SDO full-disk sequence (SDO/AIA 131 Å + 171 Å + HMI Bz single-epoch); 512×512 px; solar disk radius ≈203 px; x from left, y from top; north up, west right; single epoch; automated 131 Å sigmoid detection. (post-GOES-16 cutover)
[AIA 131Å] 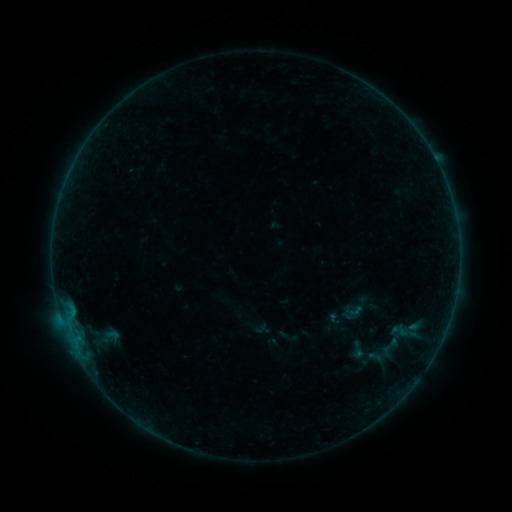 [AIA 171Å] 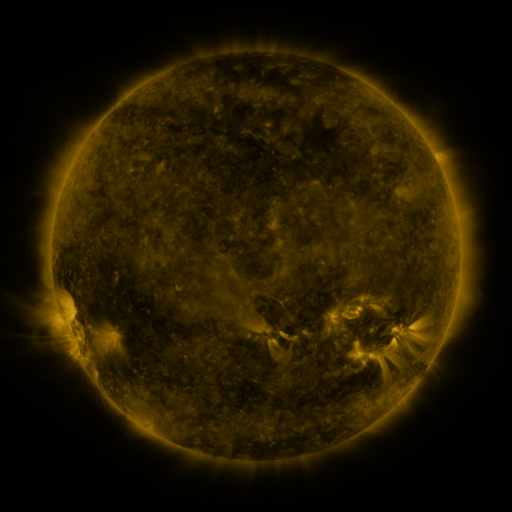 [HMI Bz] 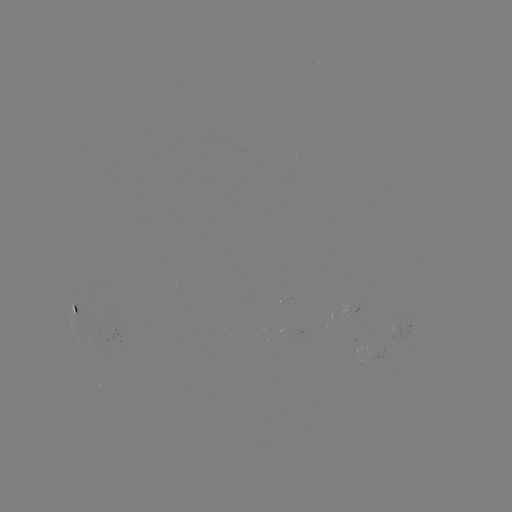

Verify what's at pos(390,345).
sigmoid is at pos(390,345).